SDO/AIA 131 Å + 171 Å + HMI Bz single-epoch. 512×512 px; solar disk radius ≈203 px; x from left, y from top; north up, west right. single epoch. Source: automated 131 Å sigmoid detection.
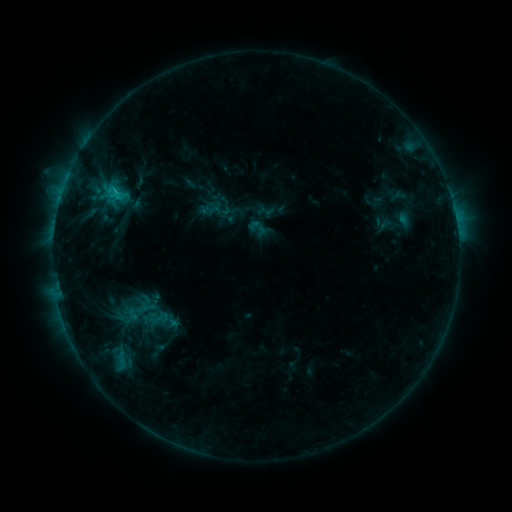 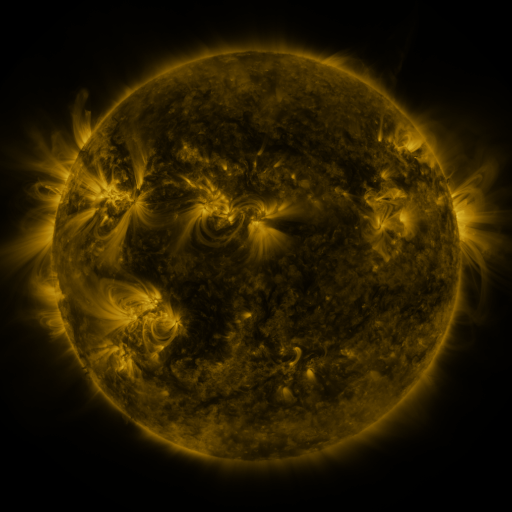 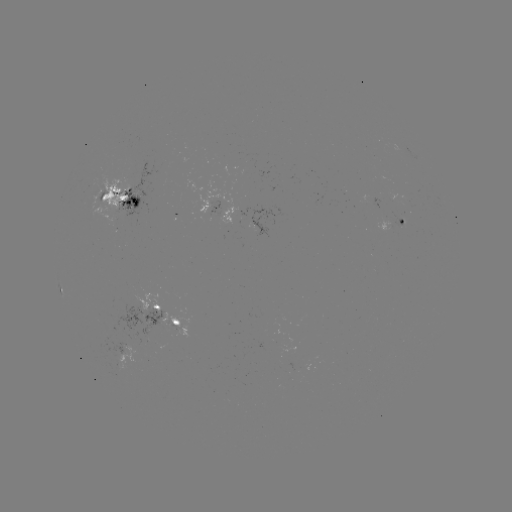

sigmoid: [145, 306, 172, 329]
